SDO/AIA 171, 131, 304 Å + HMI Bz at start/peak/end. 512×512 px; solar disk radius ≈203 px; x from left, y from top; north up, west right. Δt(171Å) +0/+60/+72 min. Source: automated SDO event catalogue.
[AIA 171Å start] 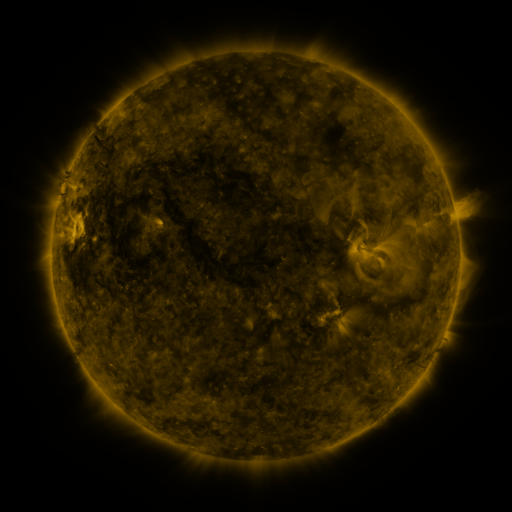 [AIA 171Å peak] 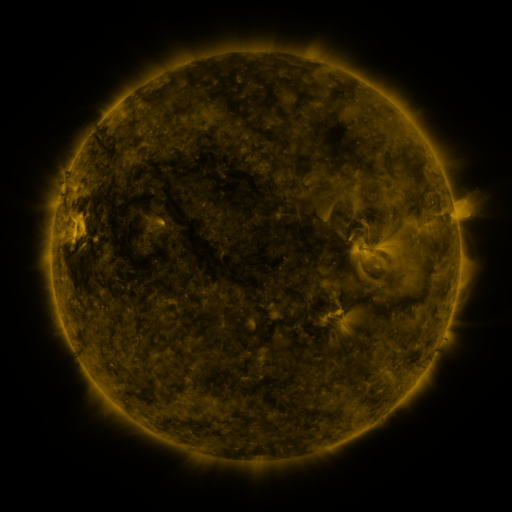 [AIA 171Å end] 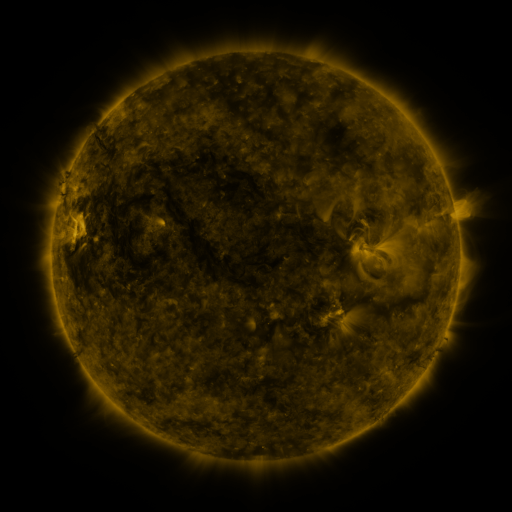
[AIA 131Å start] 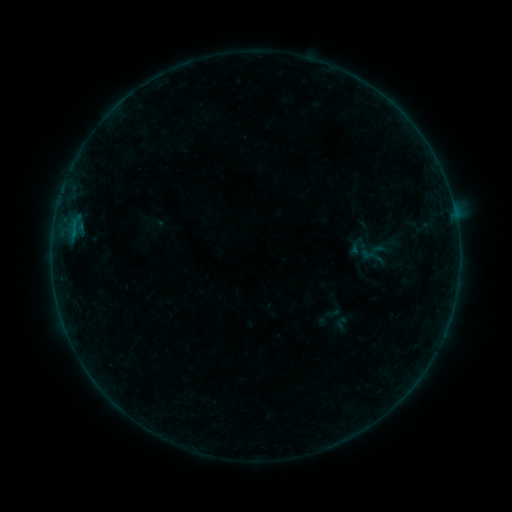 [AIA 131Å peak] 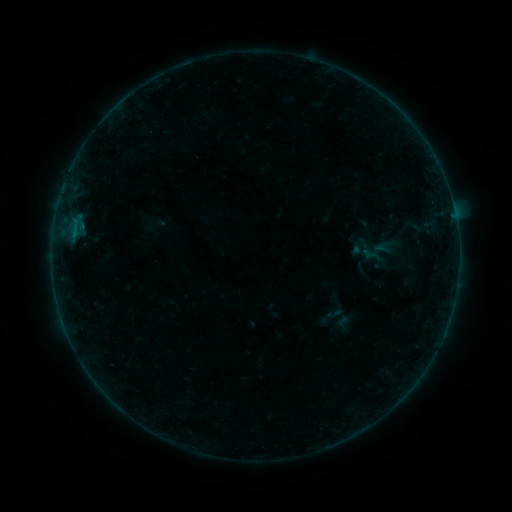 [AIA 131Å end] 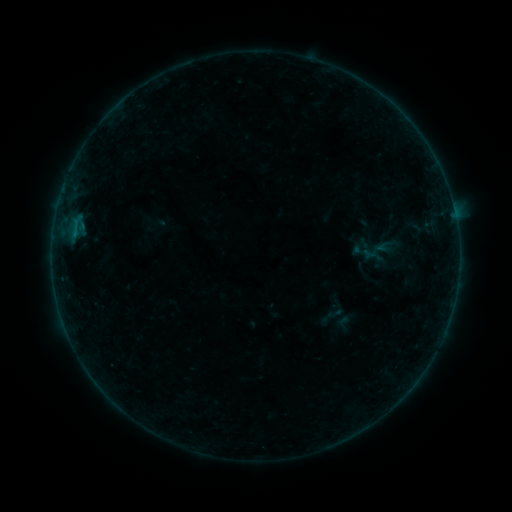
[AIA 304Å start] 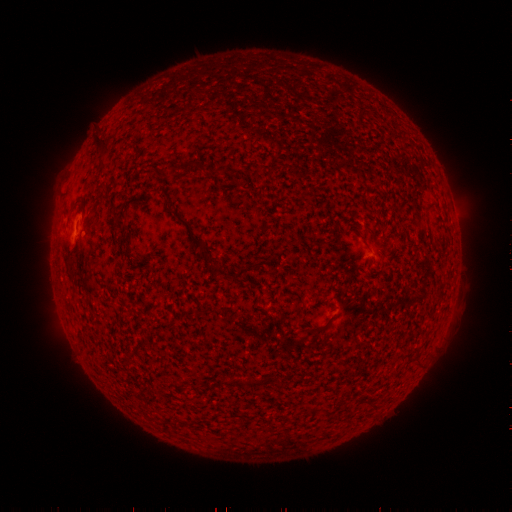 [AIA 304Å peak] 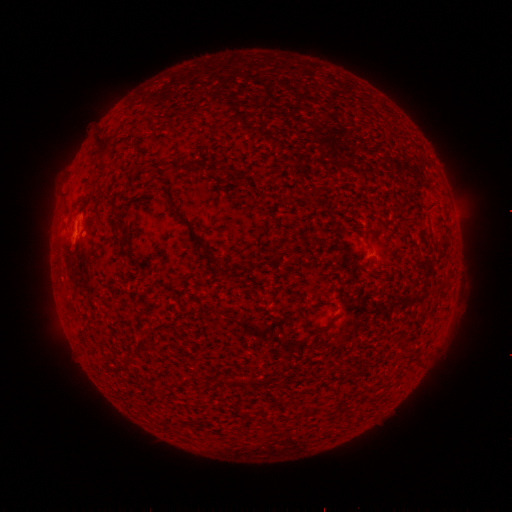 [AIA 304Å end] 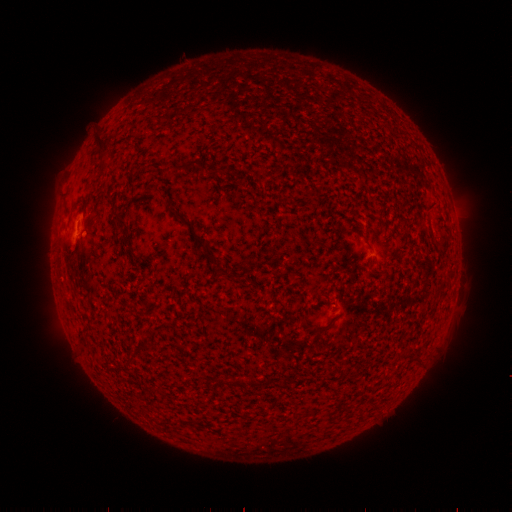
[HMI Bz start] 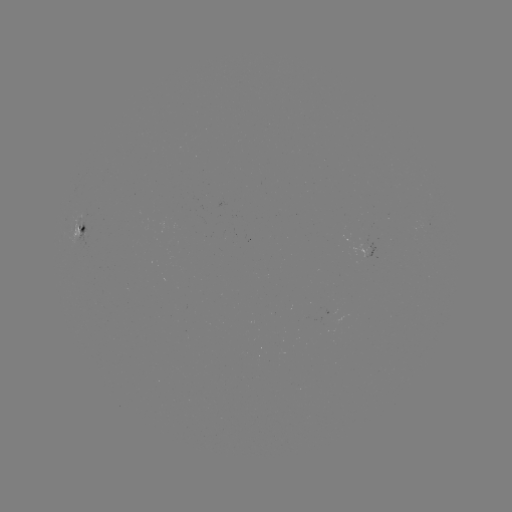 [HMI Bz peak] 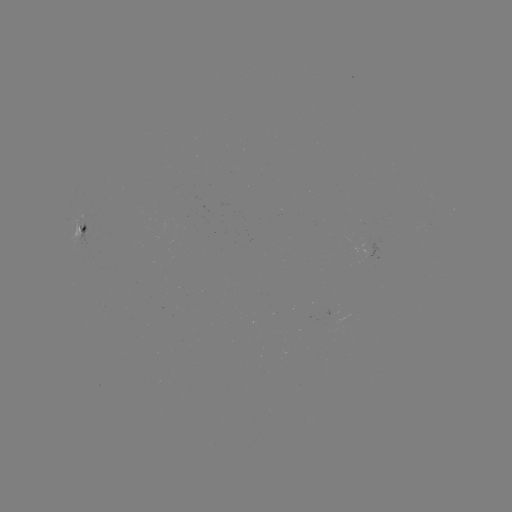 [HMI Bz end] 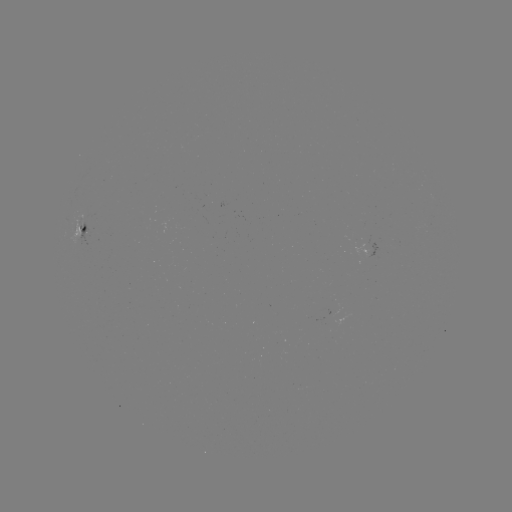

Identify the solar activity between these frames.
emerging-flux region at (333, 317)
